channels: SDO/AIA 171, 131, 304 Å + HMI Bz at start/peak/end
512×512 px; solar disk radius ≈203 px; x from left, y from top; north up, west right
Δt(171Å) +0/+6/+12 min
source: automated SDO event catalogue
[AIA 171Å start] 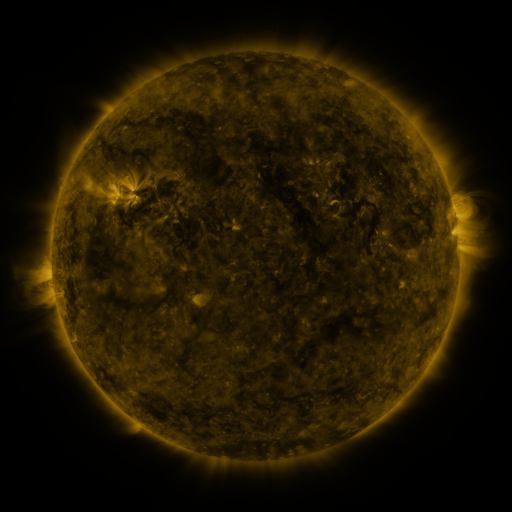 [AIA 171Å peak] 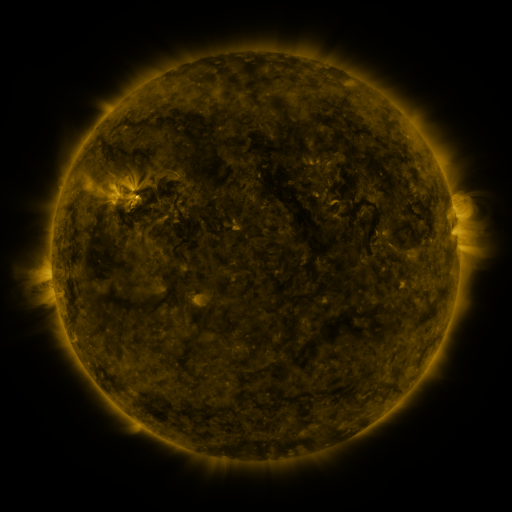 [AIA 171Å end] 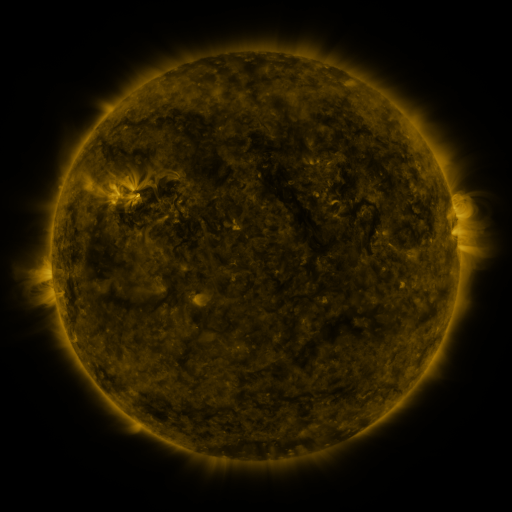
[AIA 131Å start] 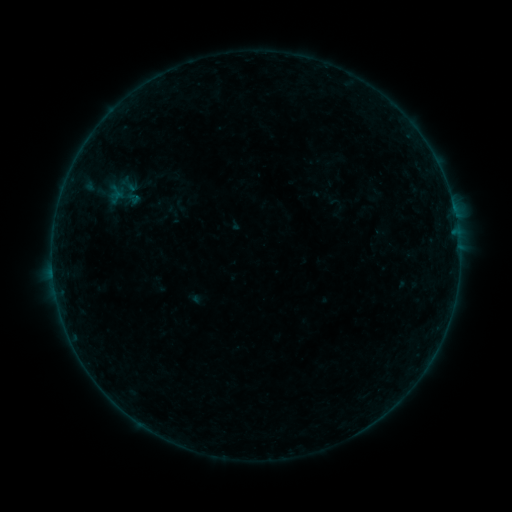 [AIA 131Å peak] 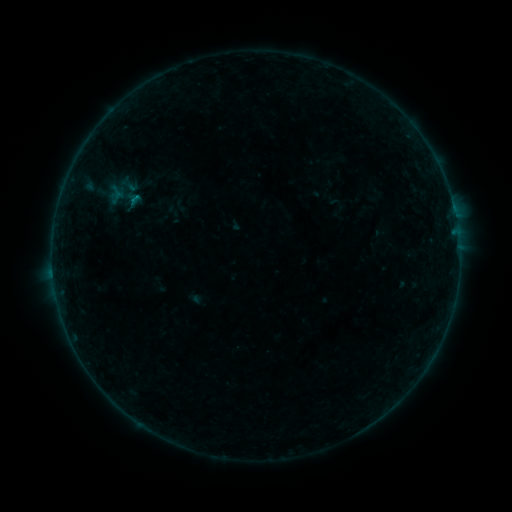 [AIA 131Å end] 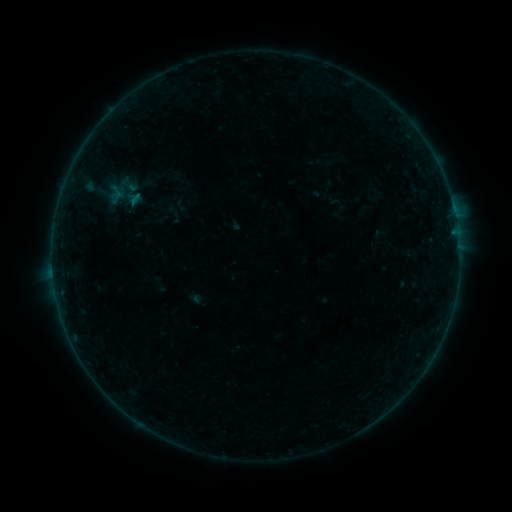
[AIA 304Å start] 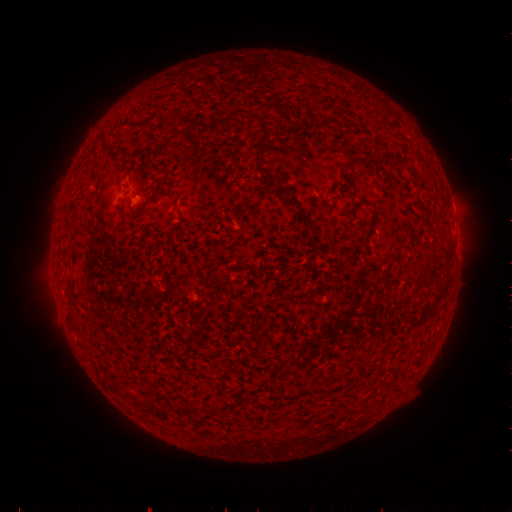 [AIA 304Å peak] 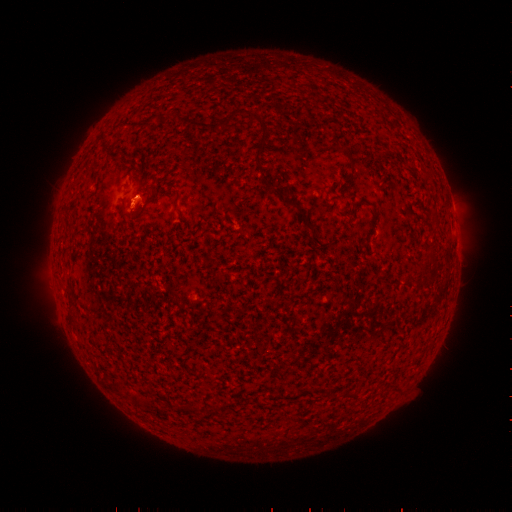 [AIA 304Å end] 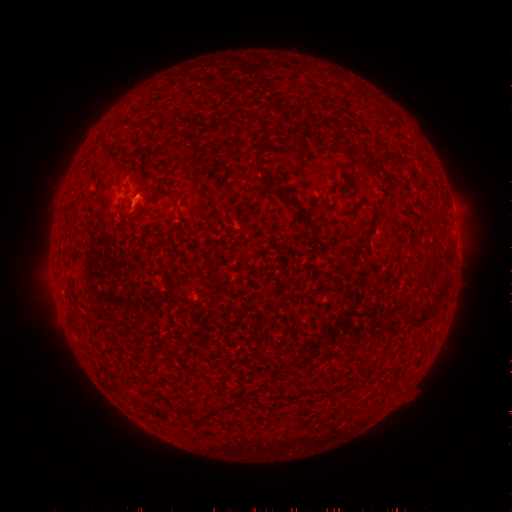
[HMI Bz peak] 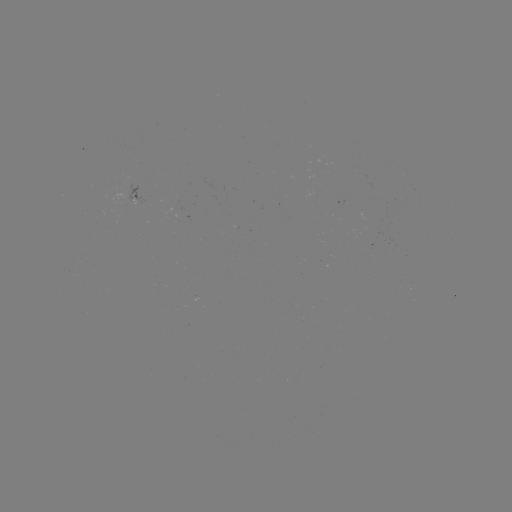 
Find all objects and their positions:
B1.6 flare: (135, 201)
